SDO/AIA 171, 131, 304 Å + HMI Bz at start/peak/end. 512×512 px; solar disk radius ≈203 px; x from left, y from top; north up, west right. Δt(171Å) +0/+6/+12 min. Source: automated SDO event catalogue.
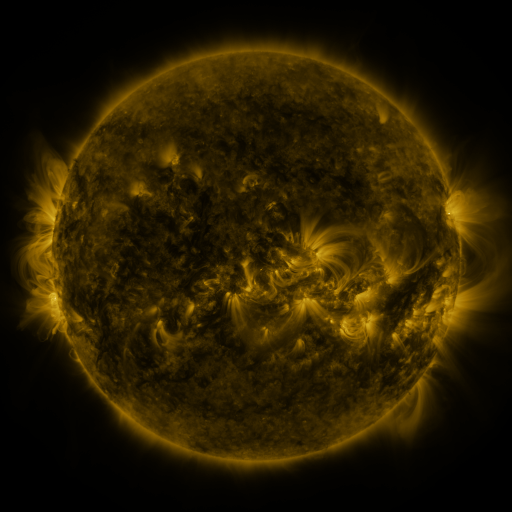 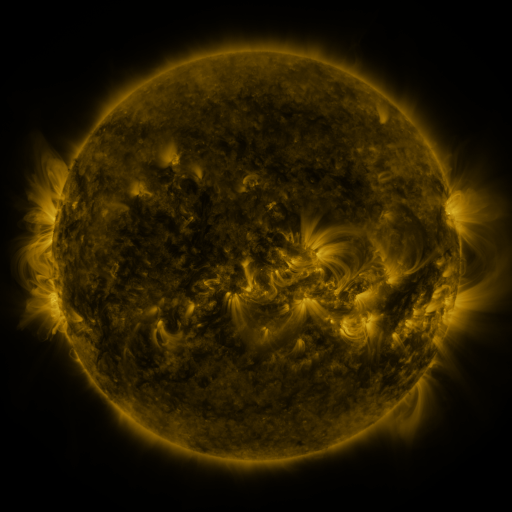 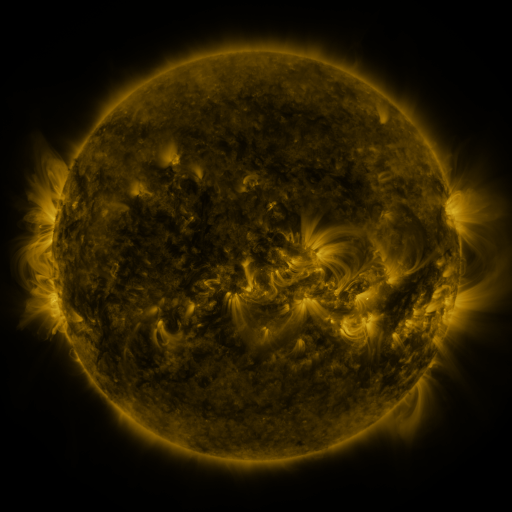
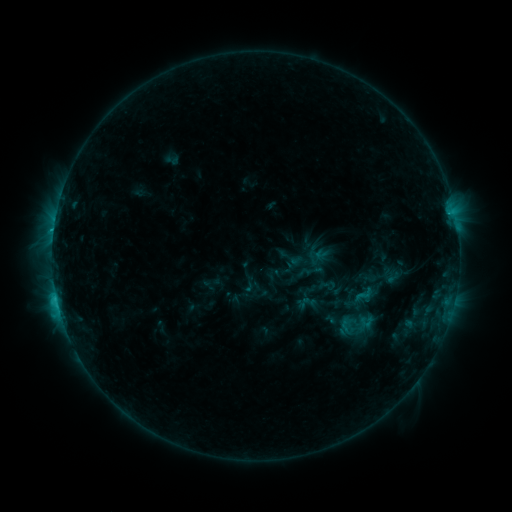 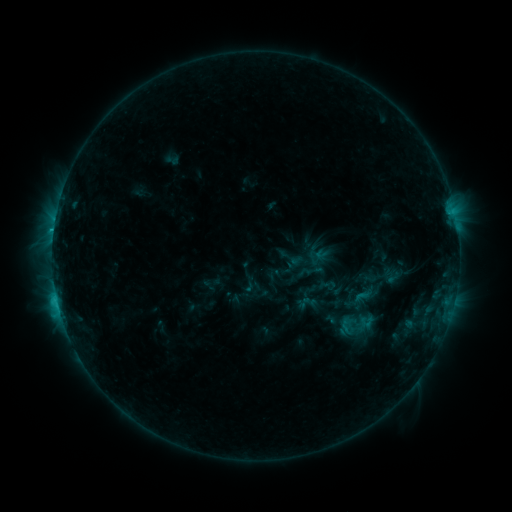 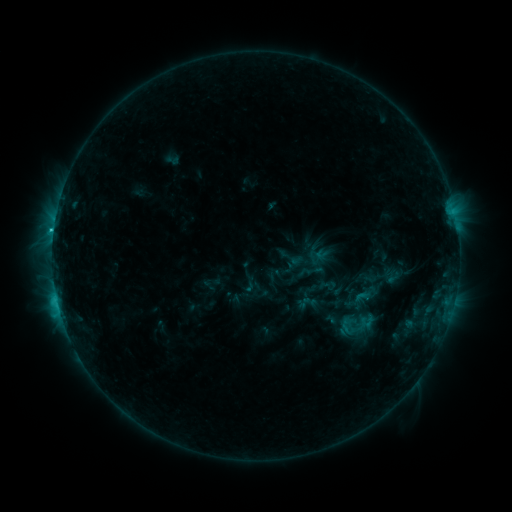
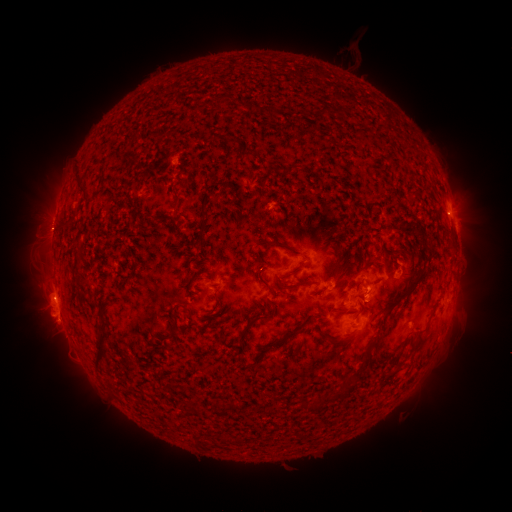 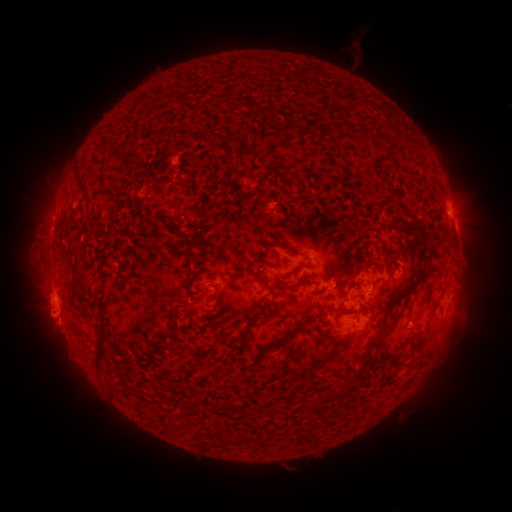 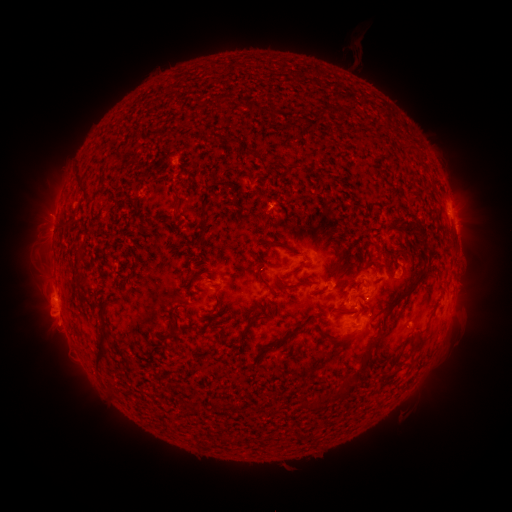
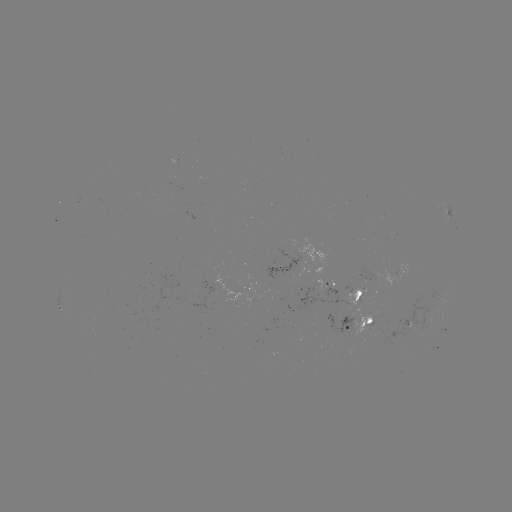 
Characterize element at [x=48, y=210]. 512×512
eruption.